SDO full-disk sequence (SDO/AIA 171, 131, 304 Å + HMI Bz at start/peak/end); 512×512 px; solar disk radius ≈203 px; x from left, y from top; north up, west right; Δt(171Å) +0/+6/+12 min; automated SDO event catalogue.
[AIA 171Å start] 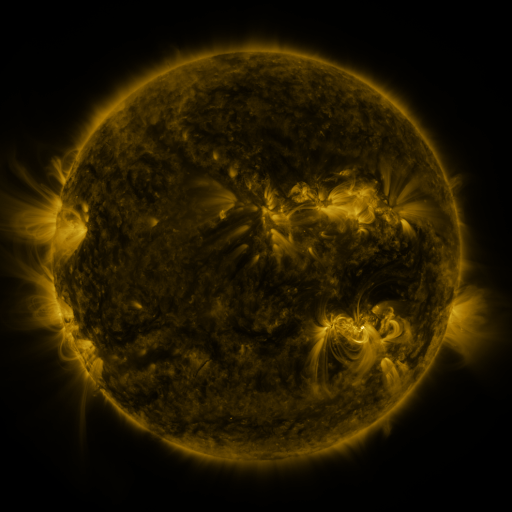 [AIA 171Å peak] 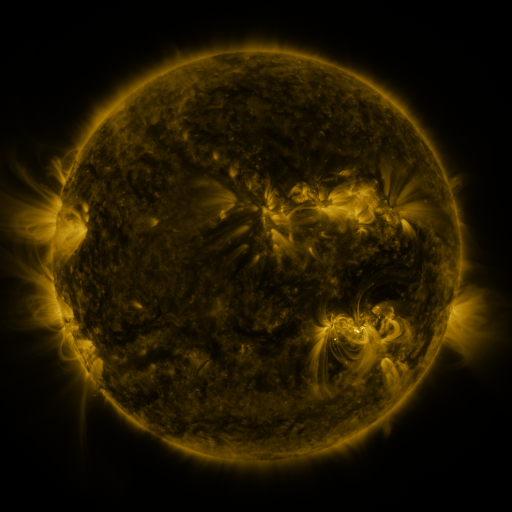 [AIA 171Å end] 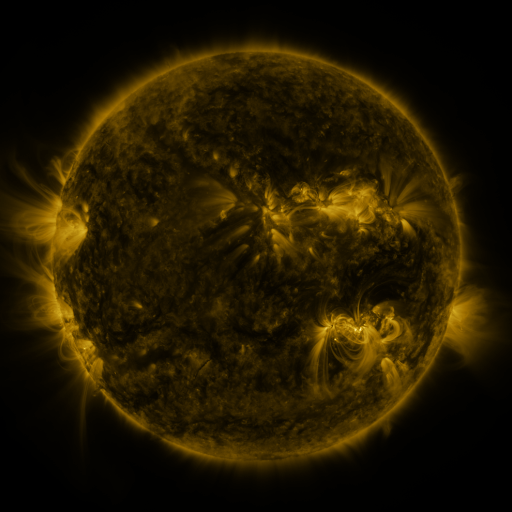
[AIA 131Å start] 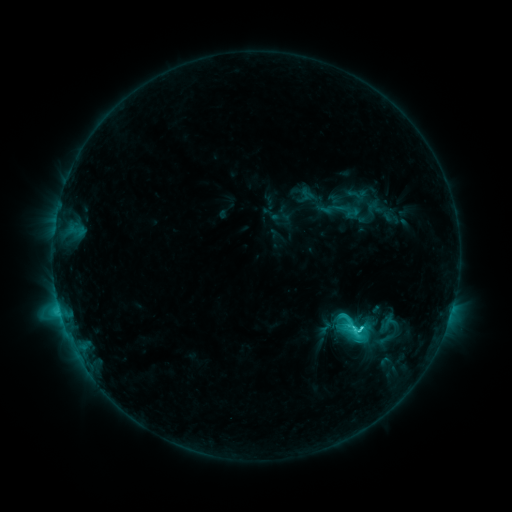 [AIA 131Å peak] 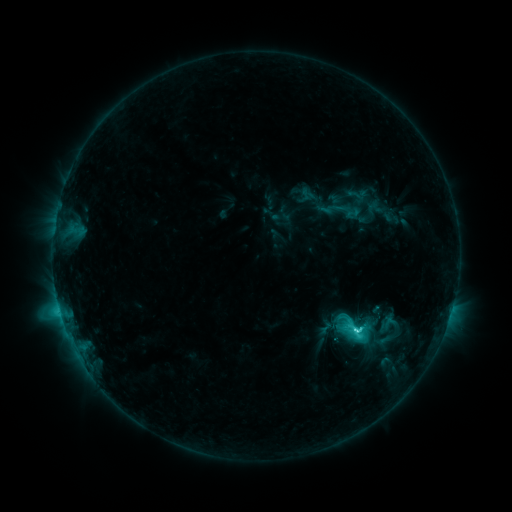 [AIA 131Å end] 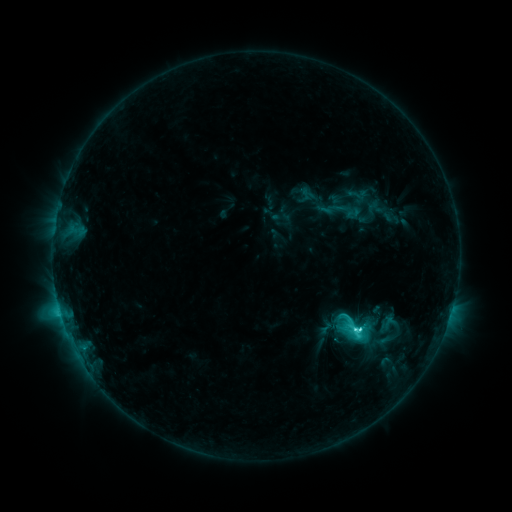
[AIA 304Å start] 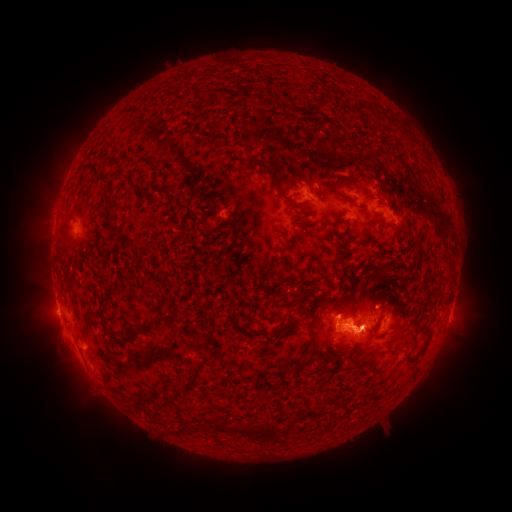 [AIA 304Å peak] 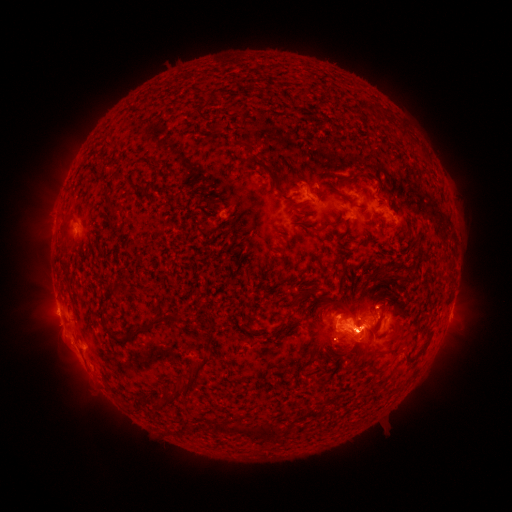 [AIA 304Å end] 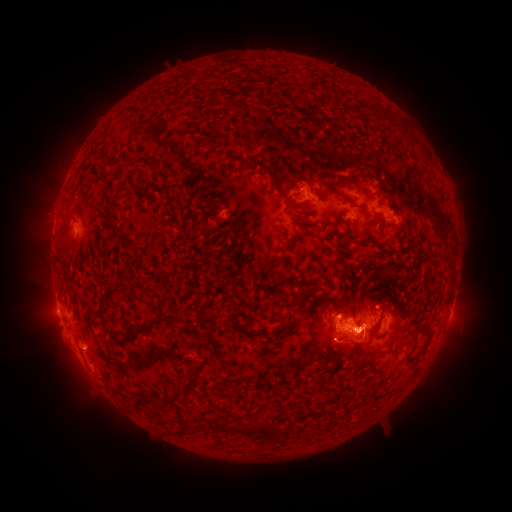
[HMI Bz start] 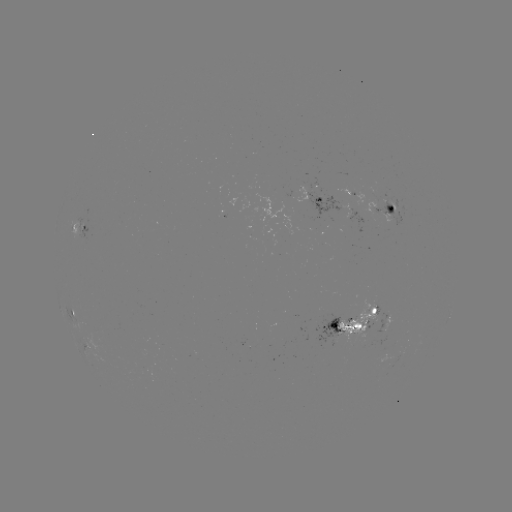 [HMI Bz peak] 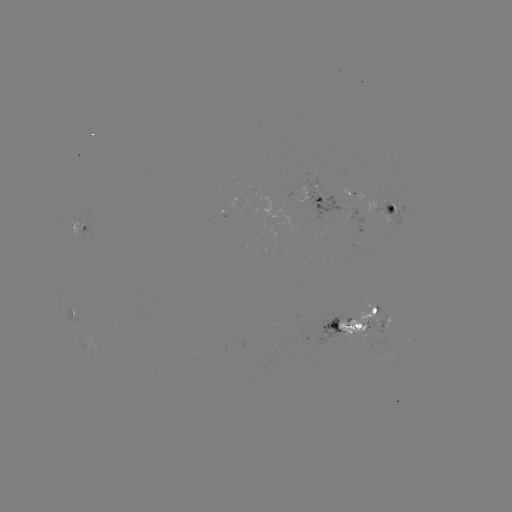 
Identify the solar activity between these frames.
eruption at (50, 218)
